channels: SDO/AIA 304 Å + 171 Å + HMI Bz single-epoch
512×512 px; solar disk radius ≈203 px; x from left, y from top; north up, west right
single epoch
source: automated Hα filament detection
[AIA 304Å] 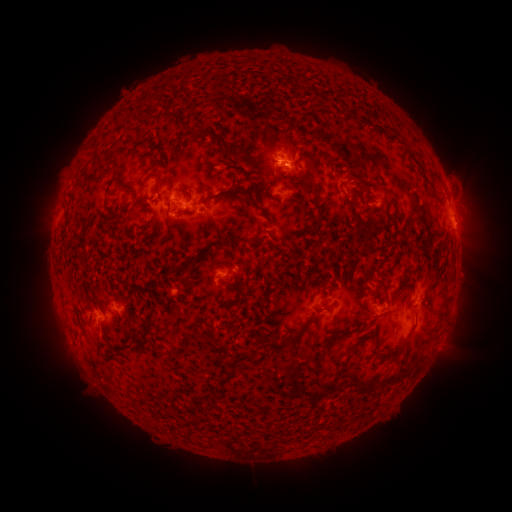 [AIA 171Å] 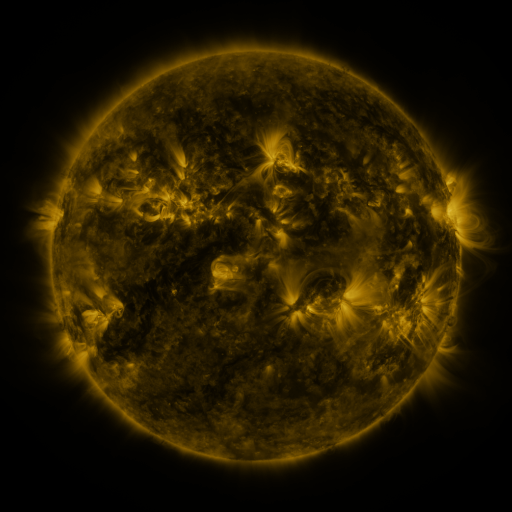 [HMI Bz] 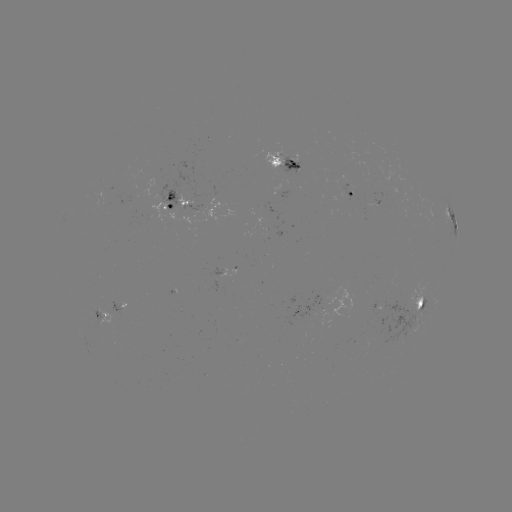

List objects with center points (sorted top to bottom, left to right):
filament: (166, 115)
filament: (218, 138)
filament: (159, 148)
filament: (306, 154)
filament: (101, 160)
filament: (365, 184)
filament: (243, 192)
filament: (347, 205)
filament: (366, 314)
filament: (298, 334)
filament: (359, 341)
filament: (273, 344)
filament: (390, 356)
filament: (318, 363)
filament: (337, 373)
filament: (198, 396)
